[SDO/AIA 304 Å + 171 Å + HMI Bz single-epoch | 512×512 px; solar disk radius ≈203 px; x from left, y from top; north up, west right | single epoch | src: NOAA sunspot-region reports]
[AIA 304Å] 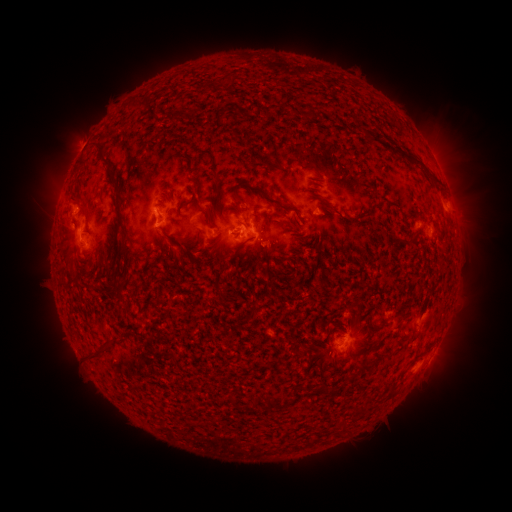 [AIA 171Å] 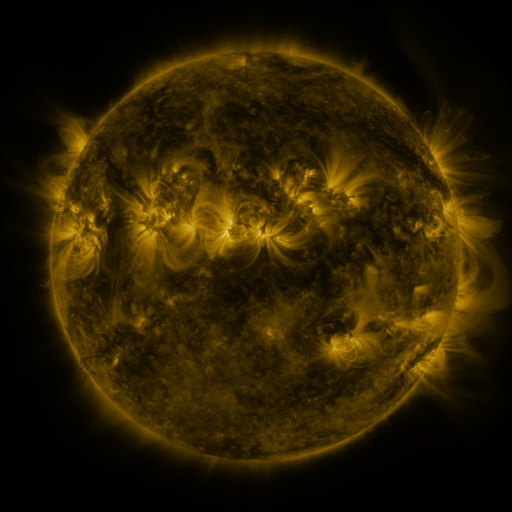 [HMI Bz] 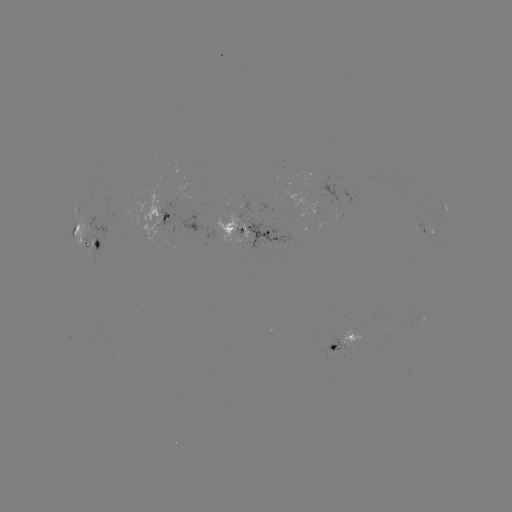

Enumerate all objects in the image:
spotted active region: (160, 218)
spotted active region: (429, 226)
spotted active region: (256, 231)
spotted active region: (81, 236)
spotted active region: (348, 343)
